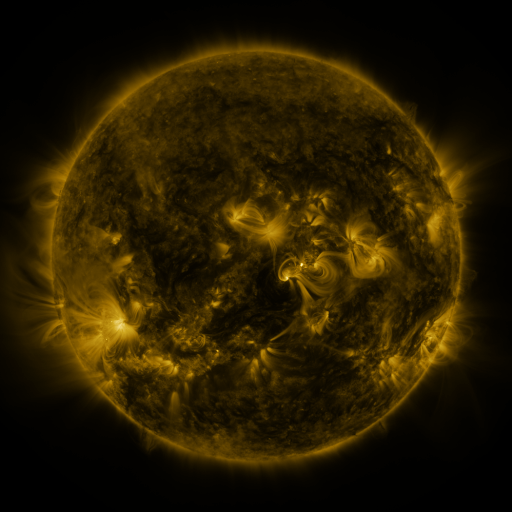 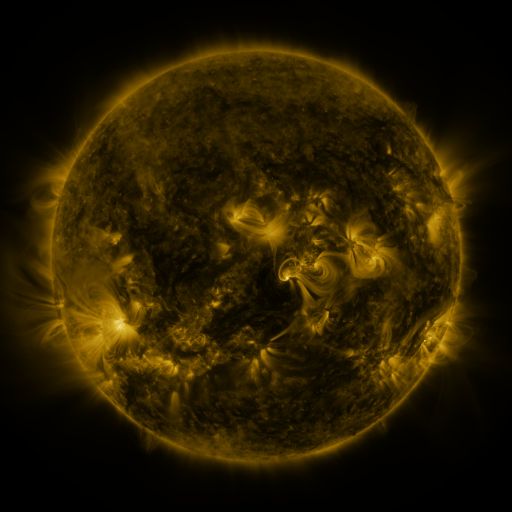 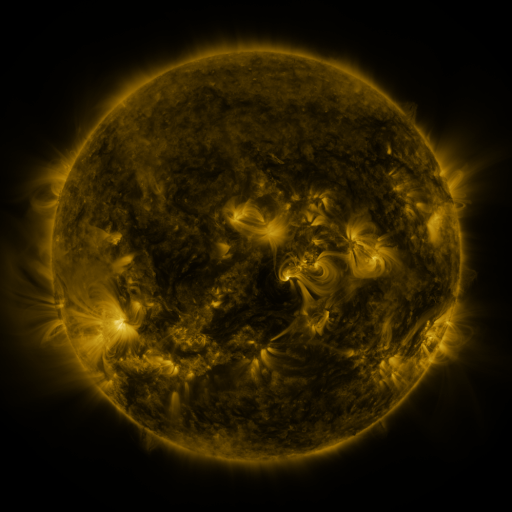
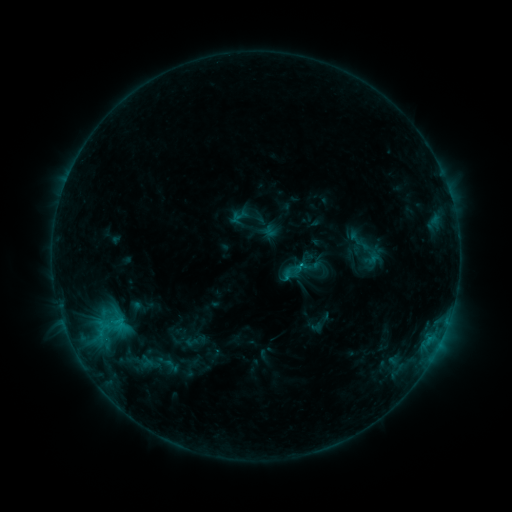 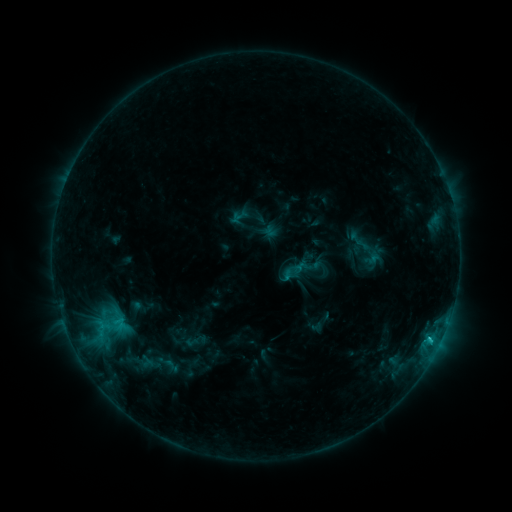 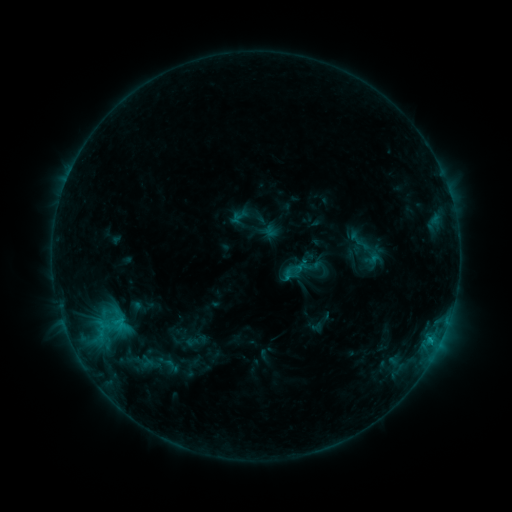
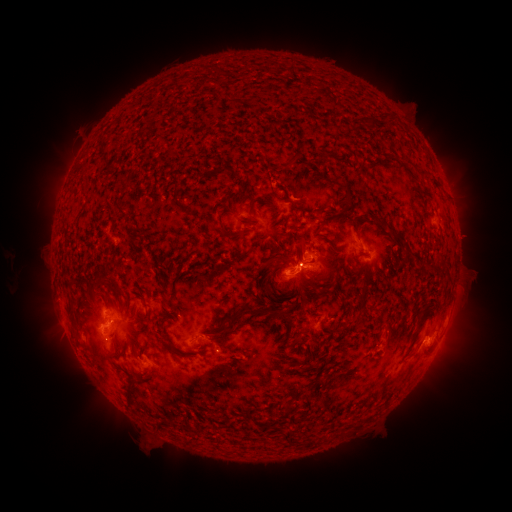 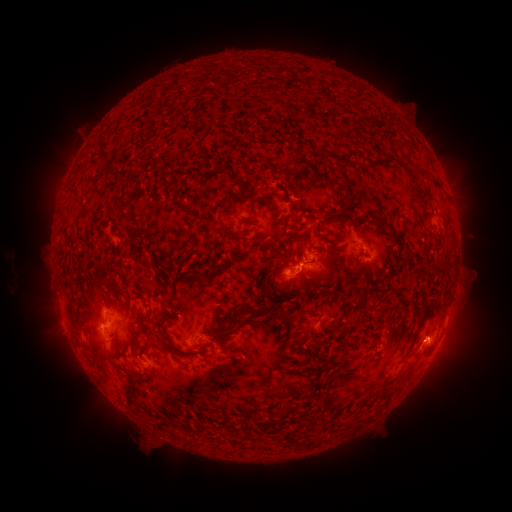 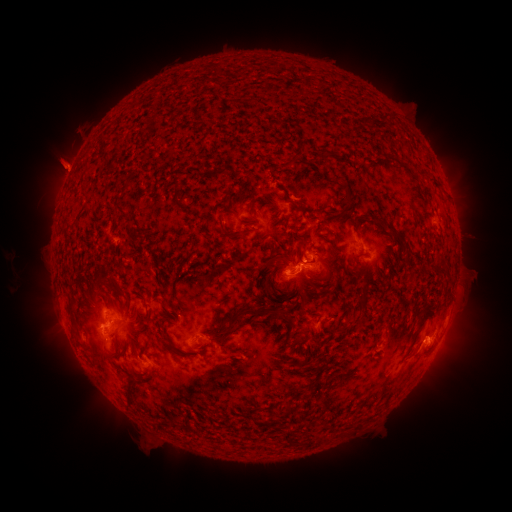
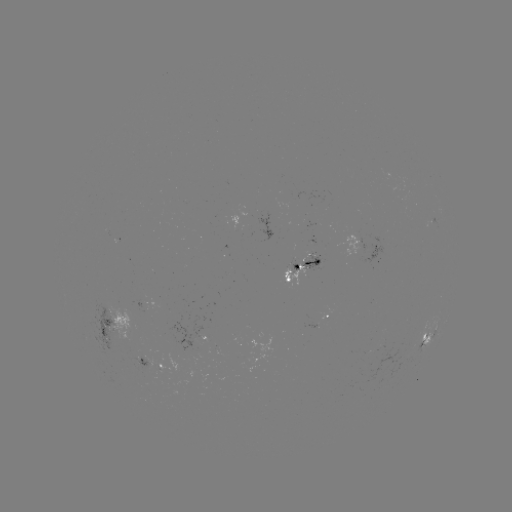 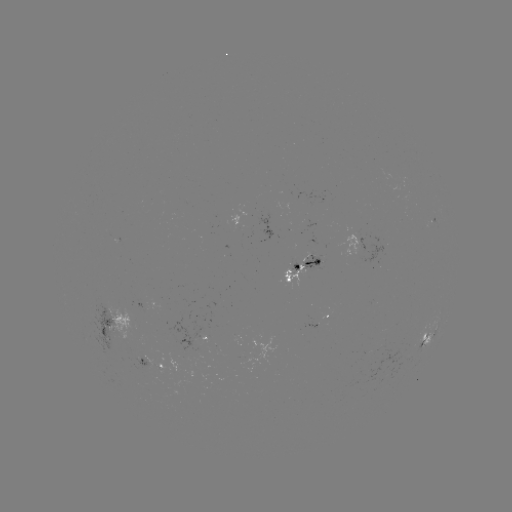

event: flare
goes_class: C1.1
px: (429, 338)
